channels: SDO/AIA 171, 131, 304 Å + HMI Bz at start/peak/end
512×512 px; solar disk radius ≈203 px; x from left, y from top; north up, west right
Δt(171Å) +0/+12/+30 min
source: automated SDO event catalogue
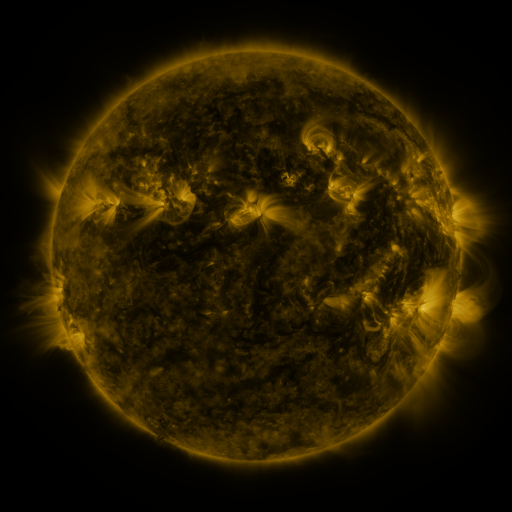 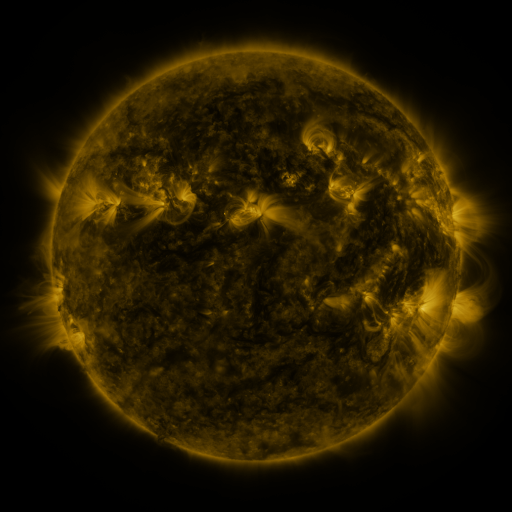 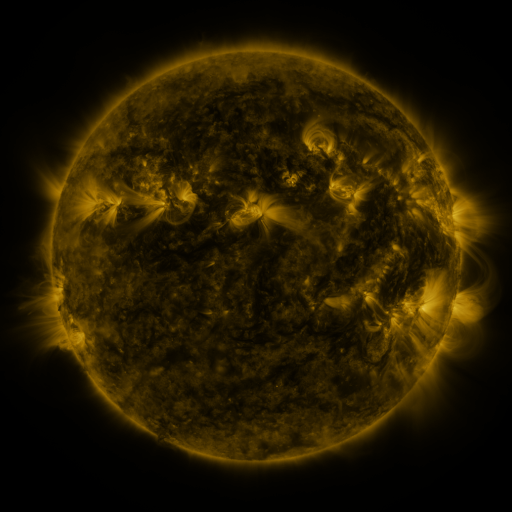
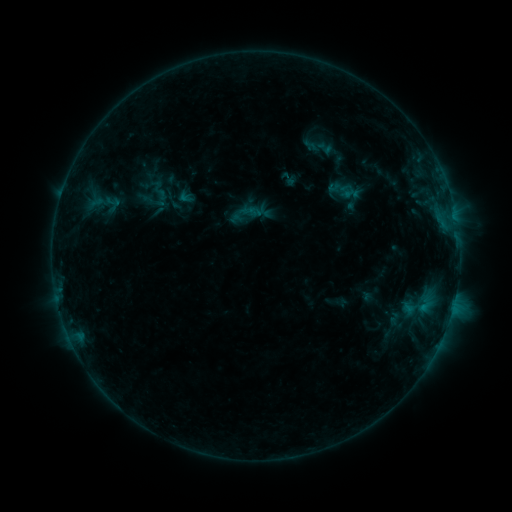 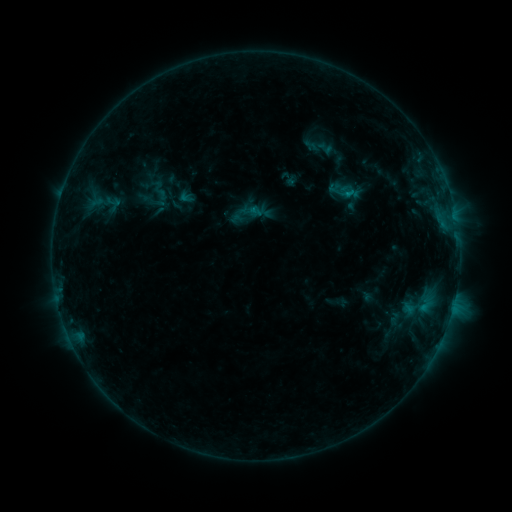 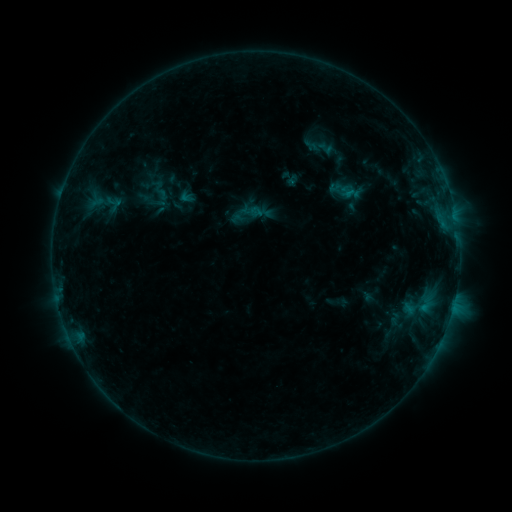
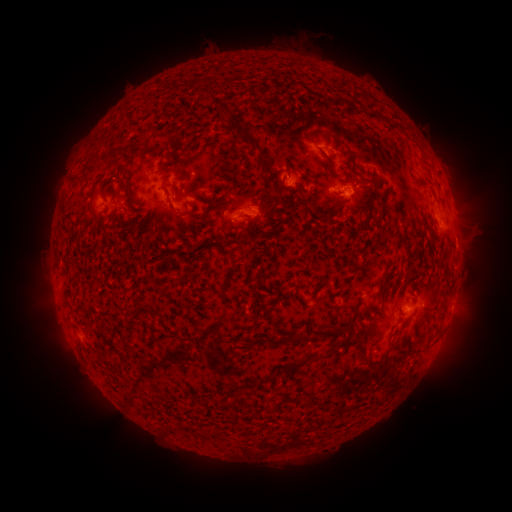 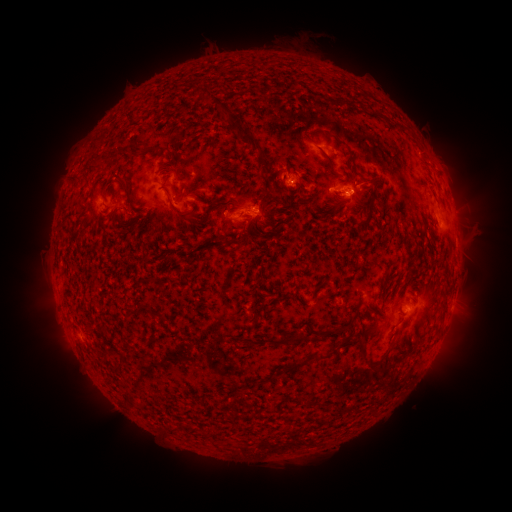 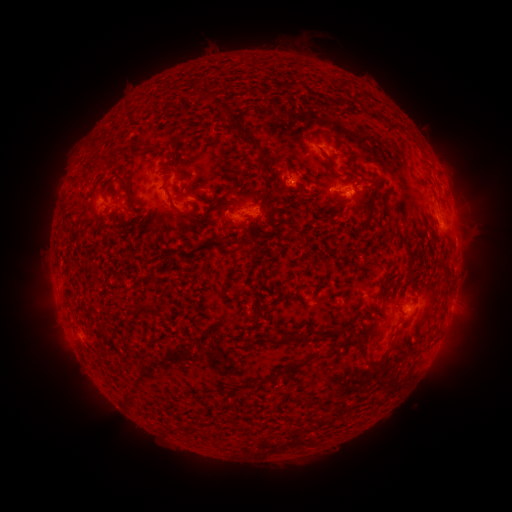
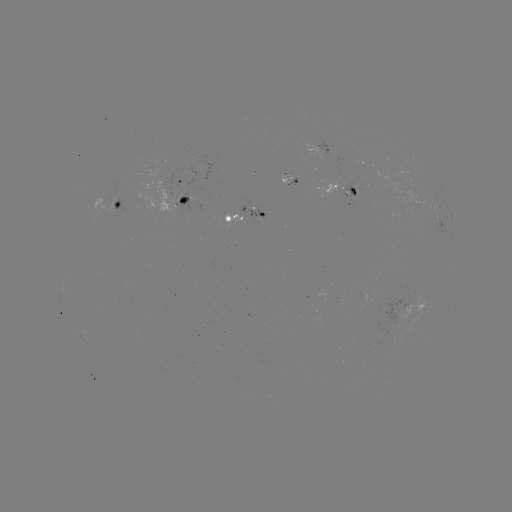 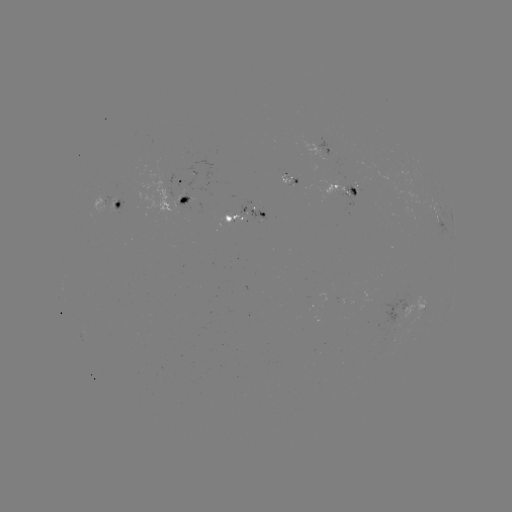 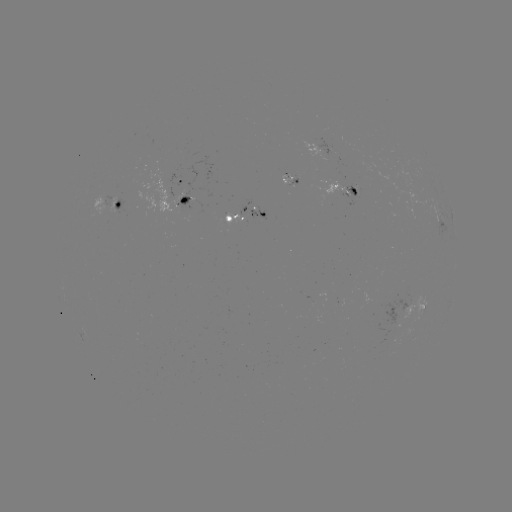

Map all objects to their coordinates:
B5.3 flare: (346, 195)
